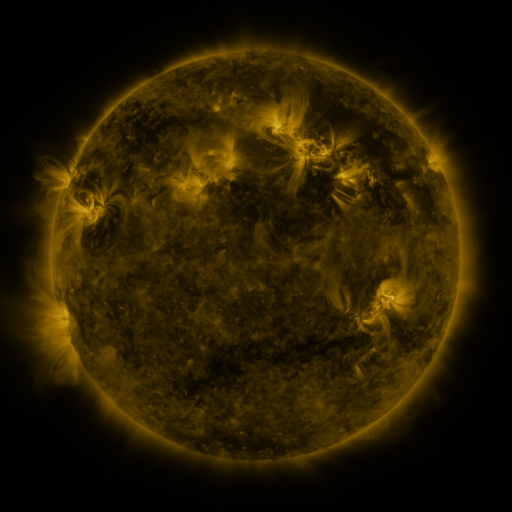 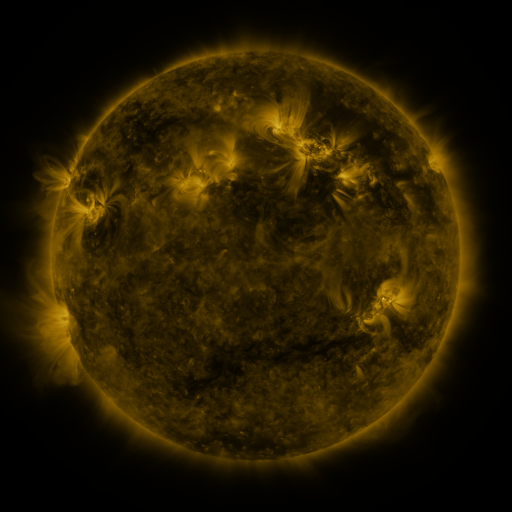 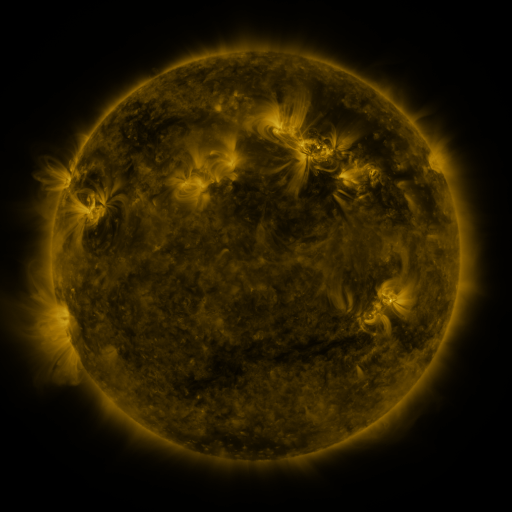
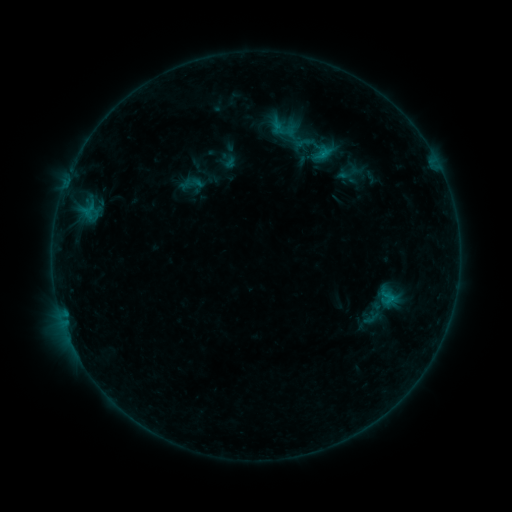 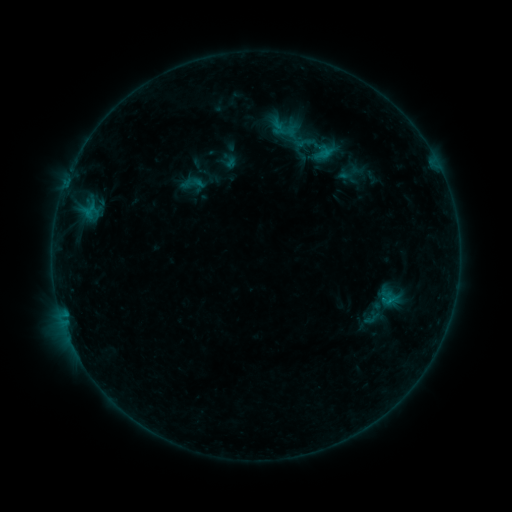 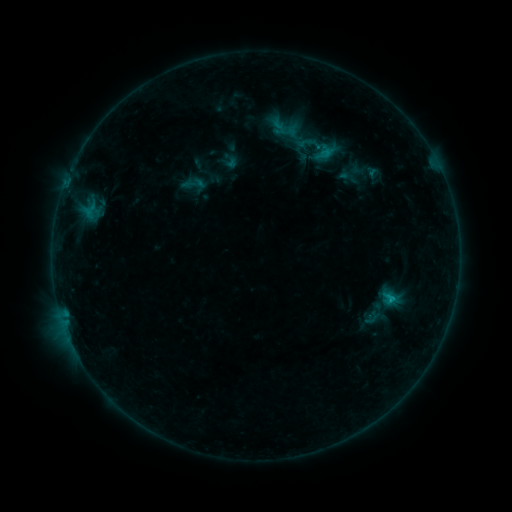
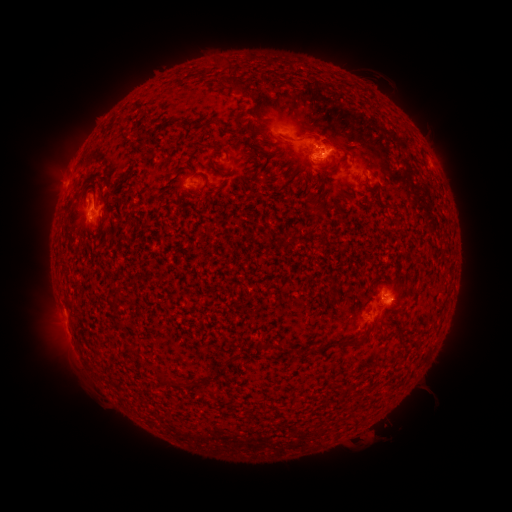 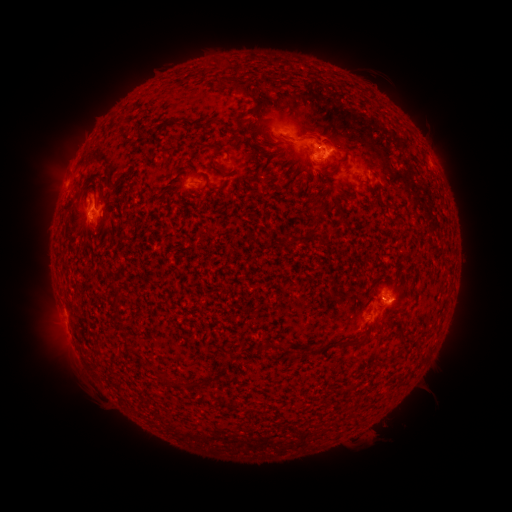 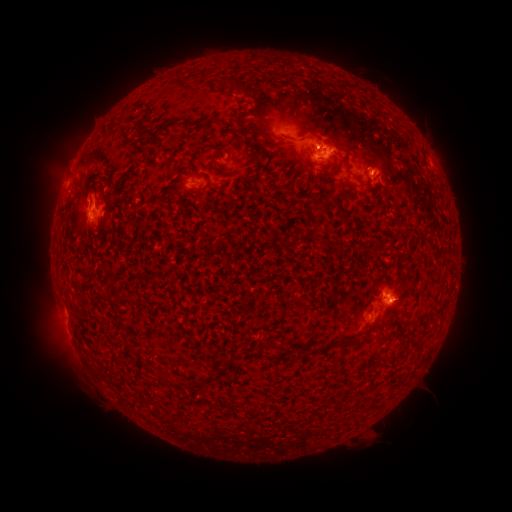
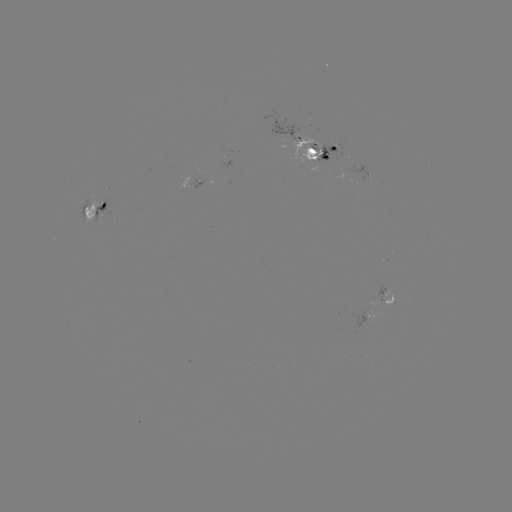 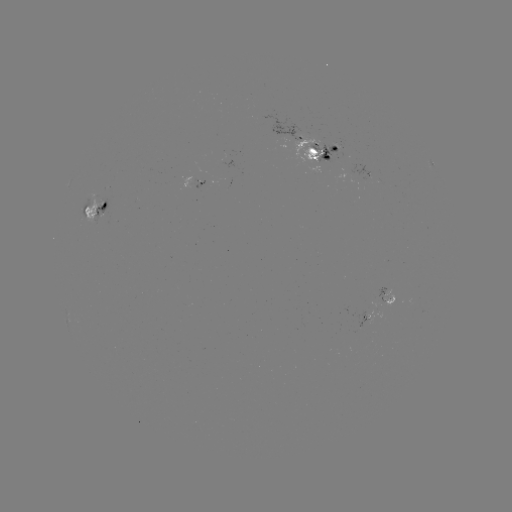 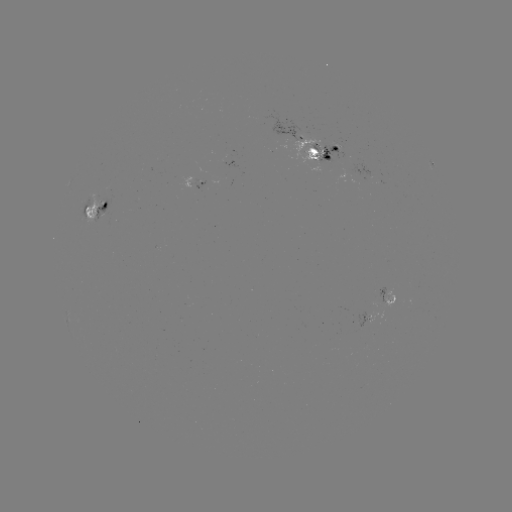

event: emerging-flux region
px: (89, 200)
